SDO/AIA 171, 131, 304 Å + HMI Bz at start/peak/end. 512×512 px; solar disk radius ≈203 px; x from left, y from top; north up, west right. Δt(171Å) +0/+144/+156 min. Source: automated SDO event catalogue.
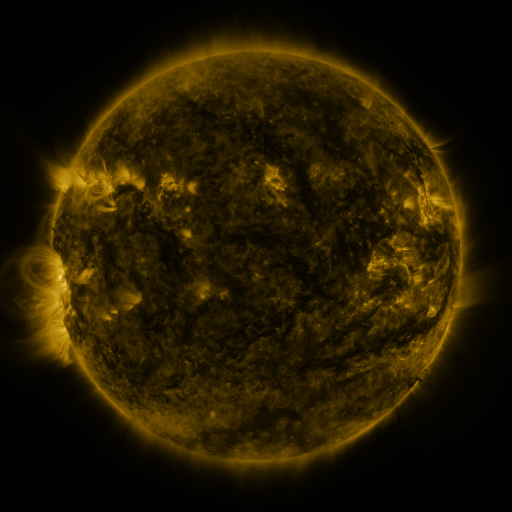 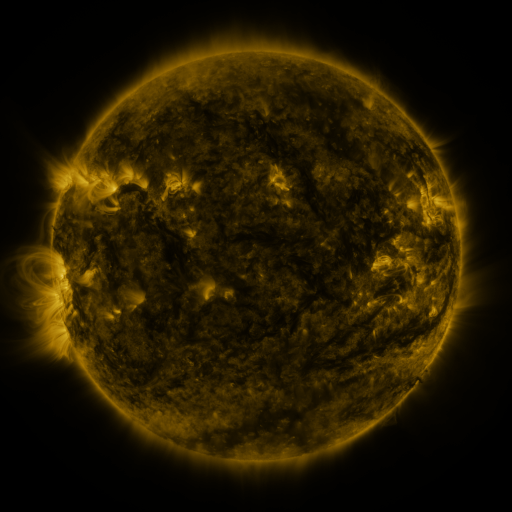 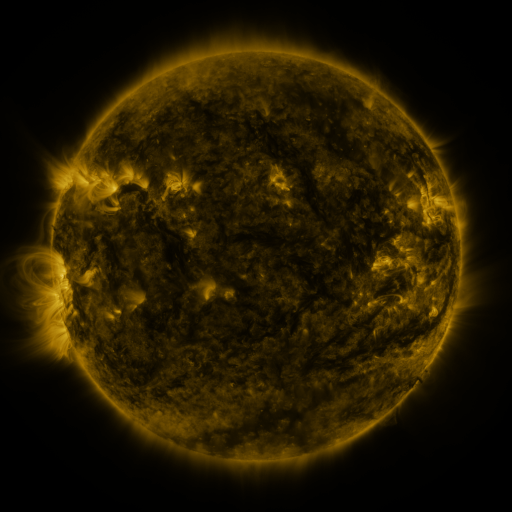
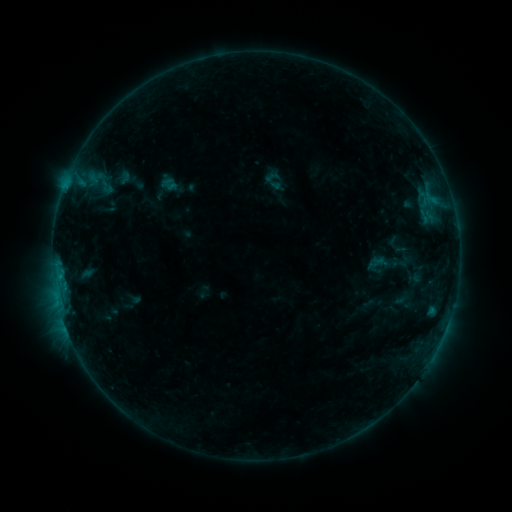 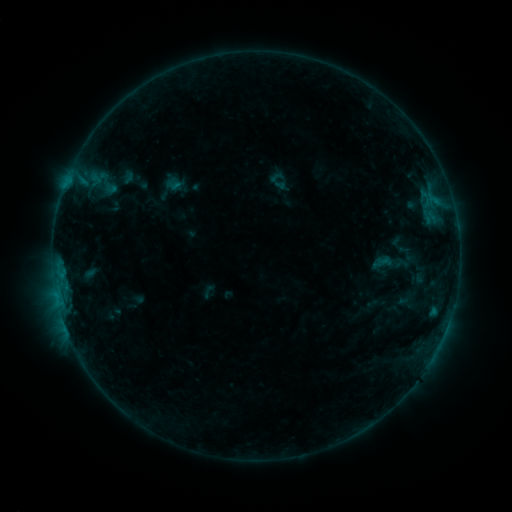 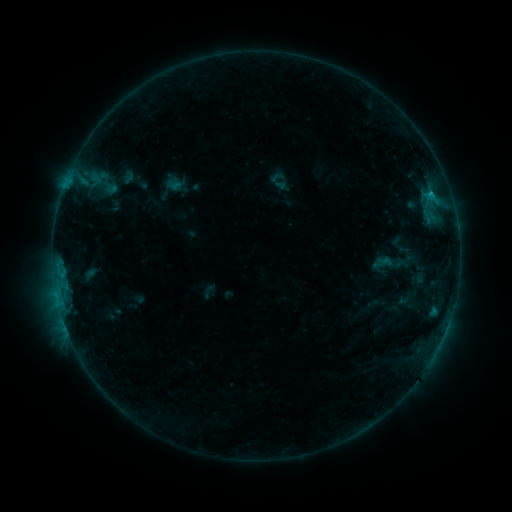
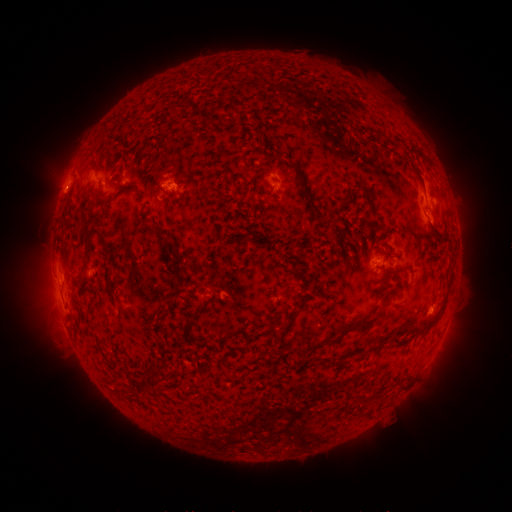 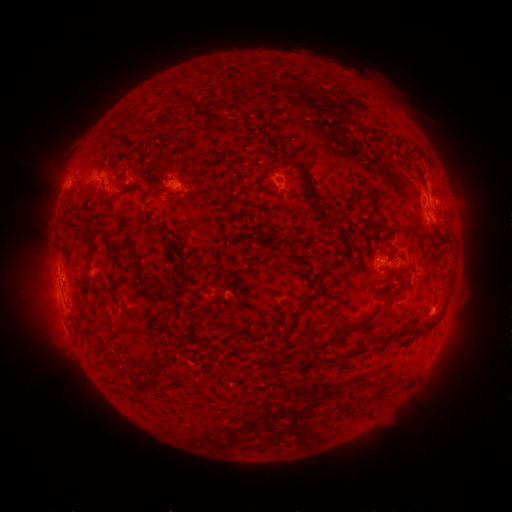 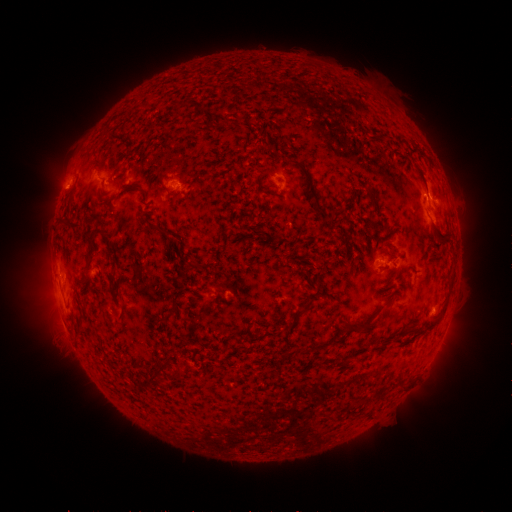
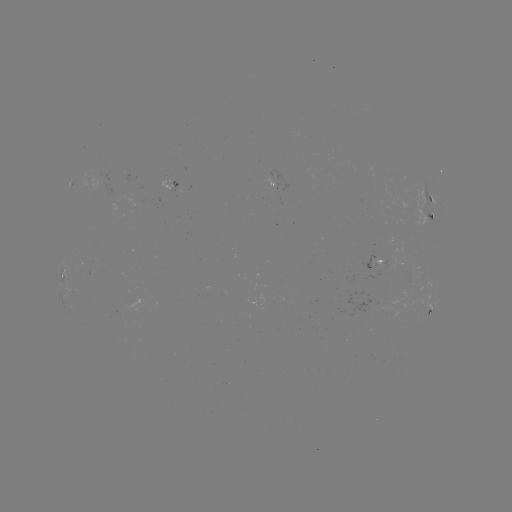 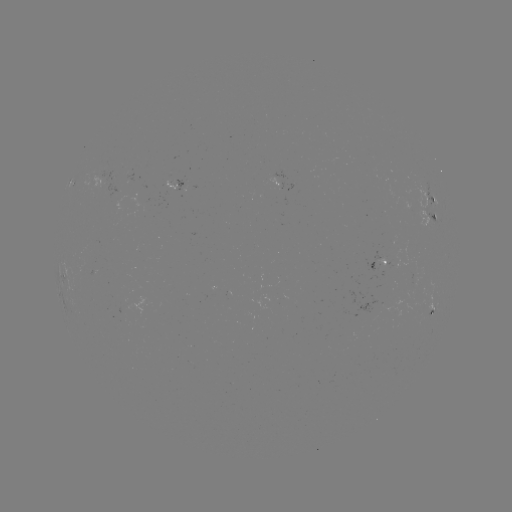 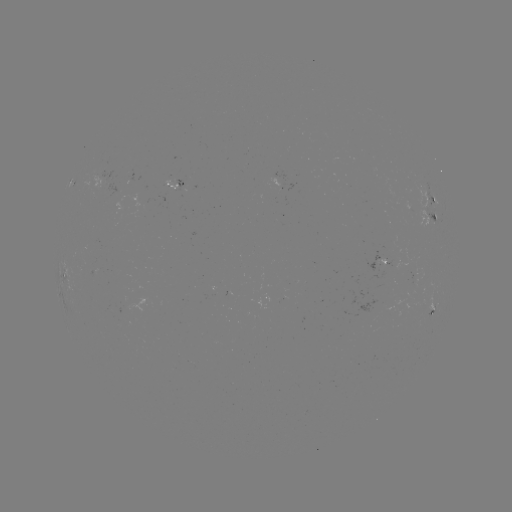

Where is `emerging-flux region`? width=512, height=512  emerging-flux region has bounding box [164, 181, 176, 190].